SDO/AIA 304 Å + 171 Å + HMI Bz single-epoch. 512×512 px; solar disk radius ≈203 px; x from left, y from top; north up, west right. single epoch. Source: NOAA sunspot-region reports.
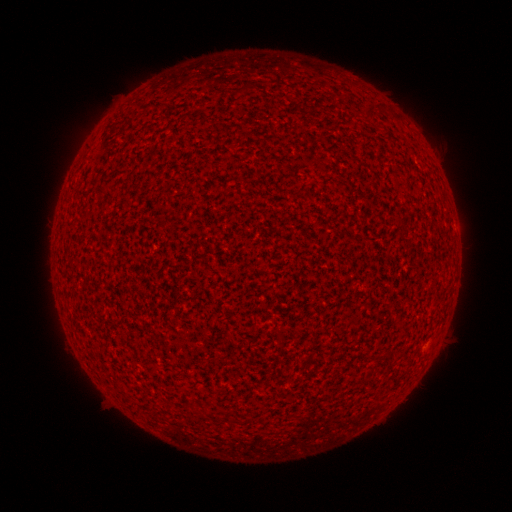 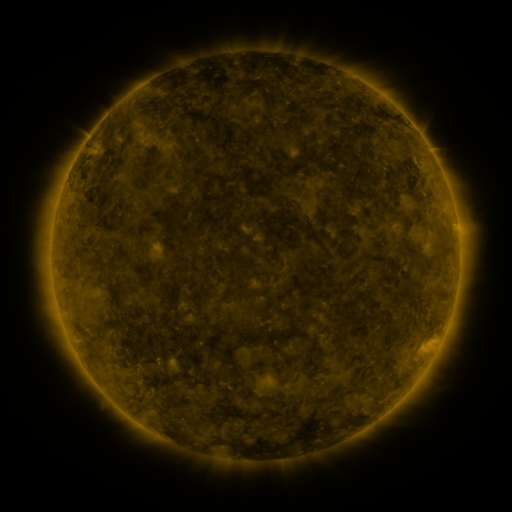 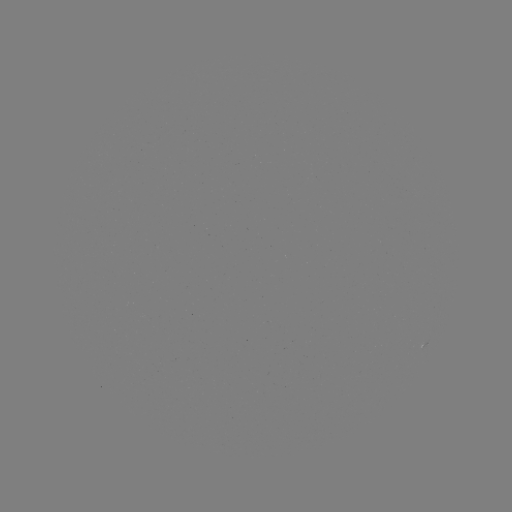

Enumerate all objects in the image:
(none)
